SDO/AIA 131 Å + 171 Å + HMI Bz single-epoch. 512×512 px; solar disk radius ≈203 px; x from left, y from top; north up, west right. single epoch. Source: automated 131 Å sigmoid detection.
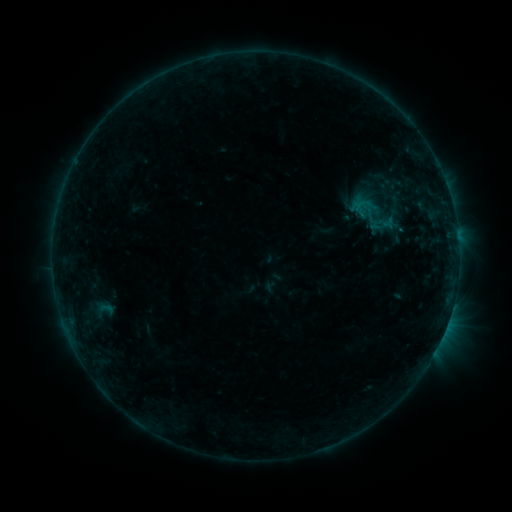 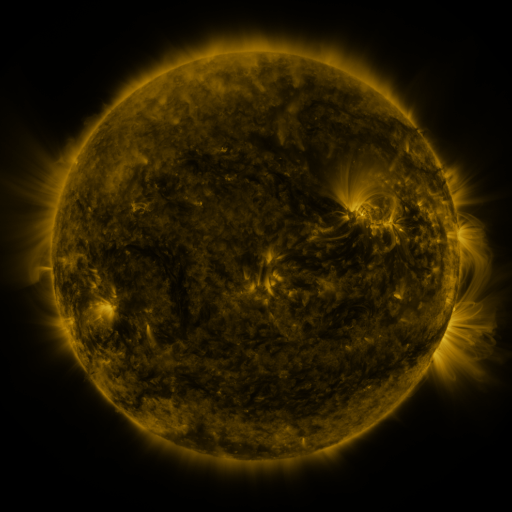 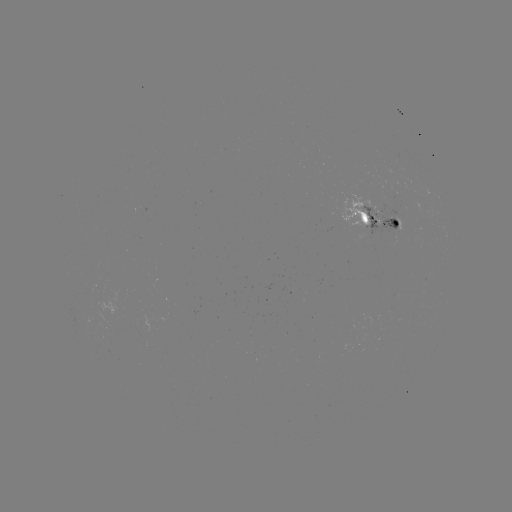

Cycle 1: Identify sigmoid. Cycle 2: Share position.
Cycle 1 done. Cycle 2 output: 371,213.